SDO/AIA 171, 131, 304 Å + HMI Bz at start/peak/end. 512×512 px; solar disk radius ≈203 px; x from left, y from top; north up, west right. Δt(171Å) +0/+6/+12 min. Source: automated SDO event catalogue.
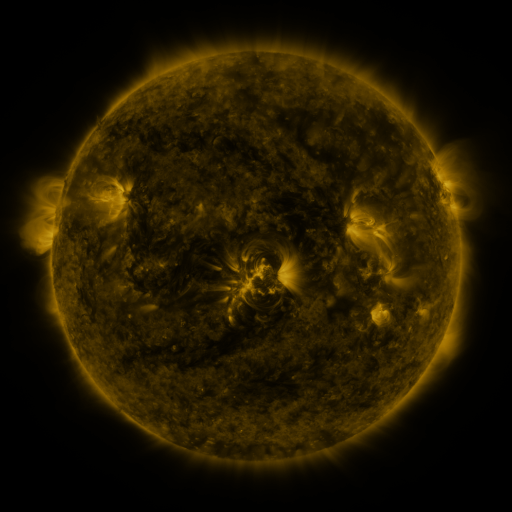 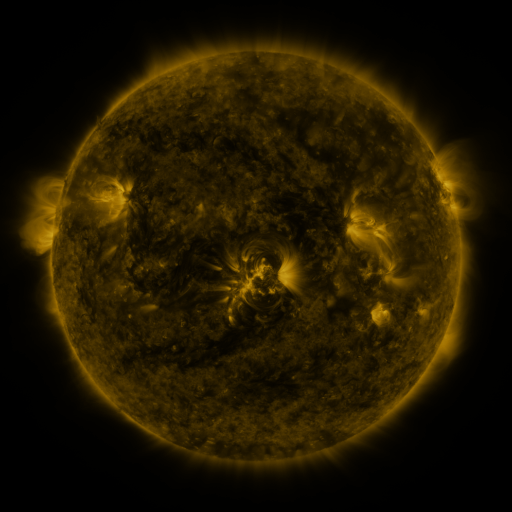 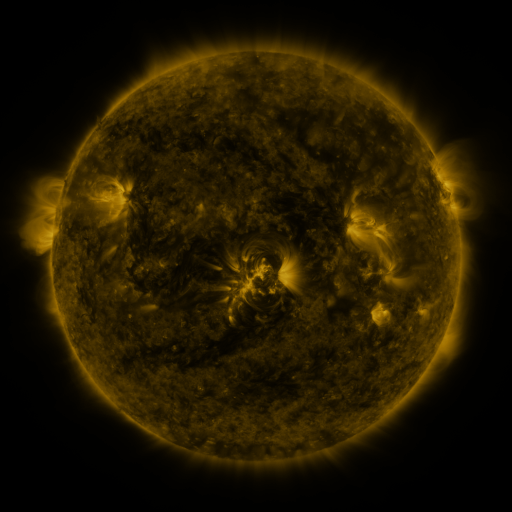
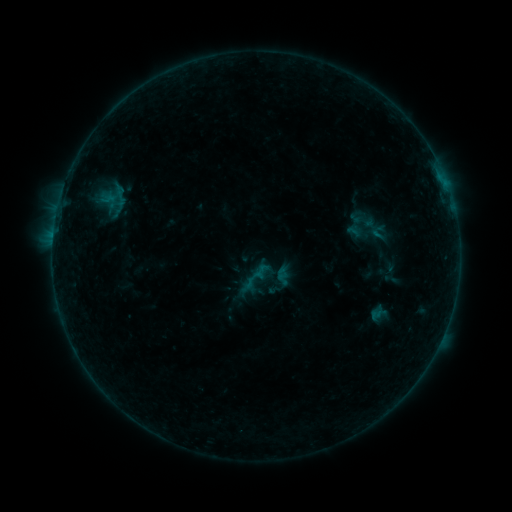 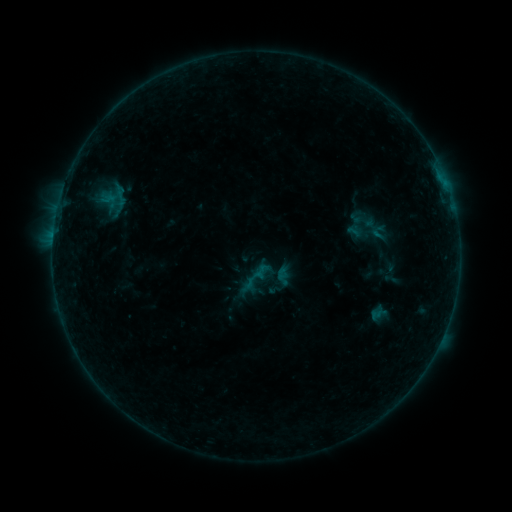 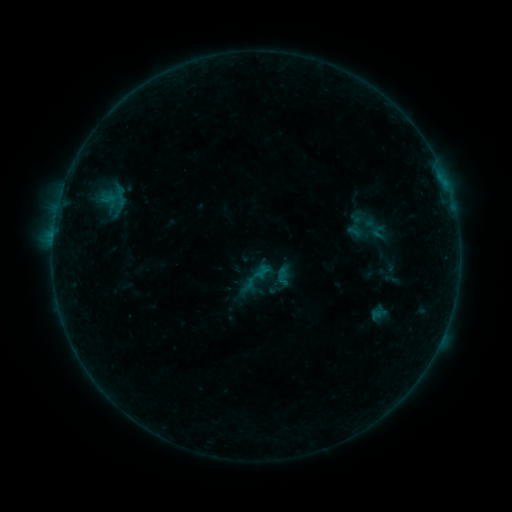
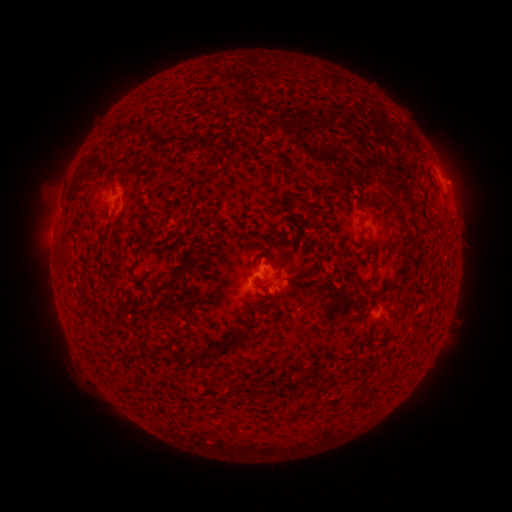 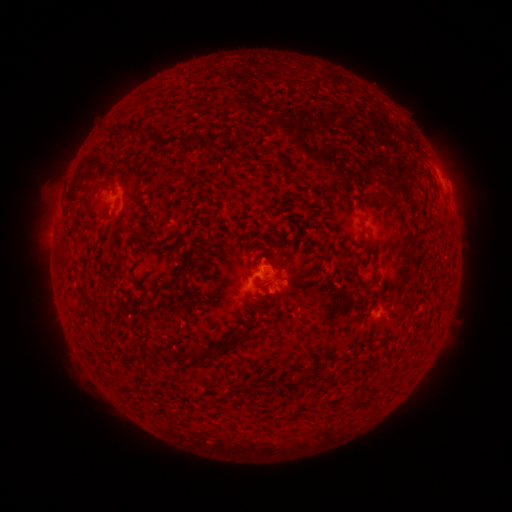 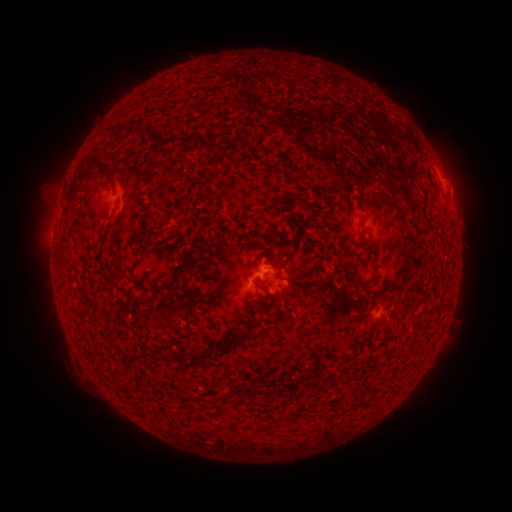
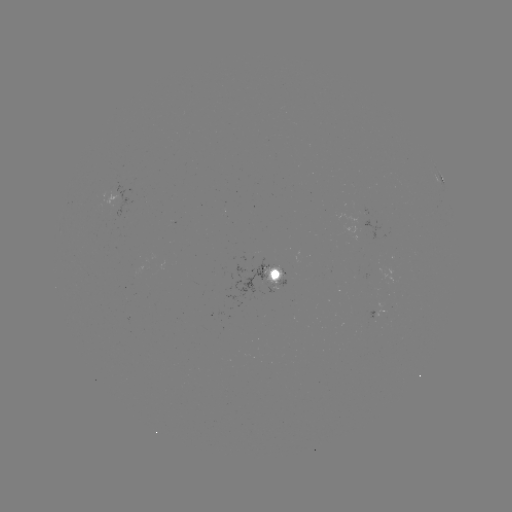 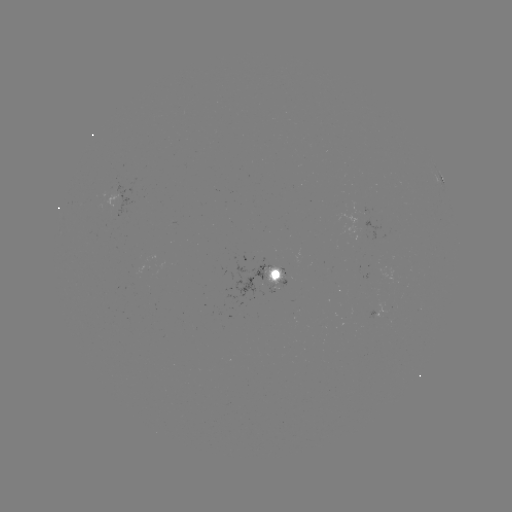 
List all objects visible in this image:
B3.0 flare: (263, 270)
